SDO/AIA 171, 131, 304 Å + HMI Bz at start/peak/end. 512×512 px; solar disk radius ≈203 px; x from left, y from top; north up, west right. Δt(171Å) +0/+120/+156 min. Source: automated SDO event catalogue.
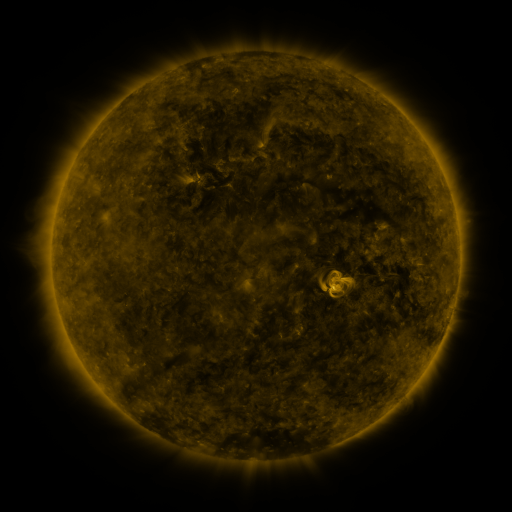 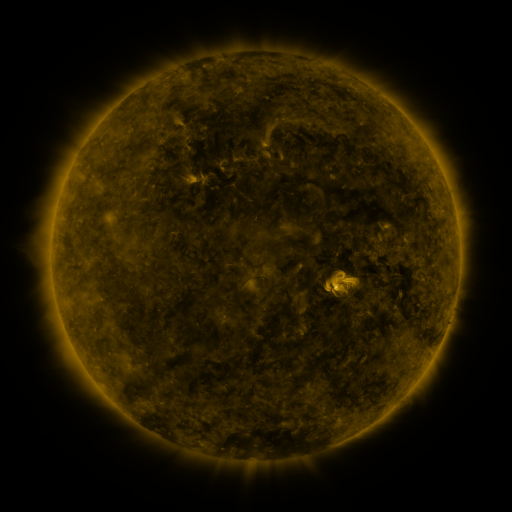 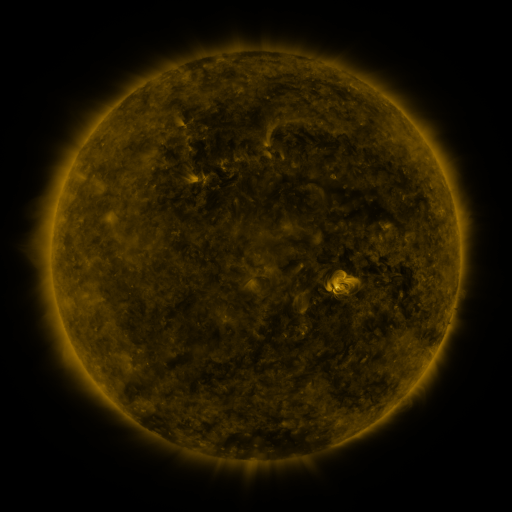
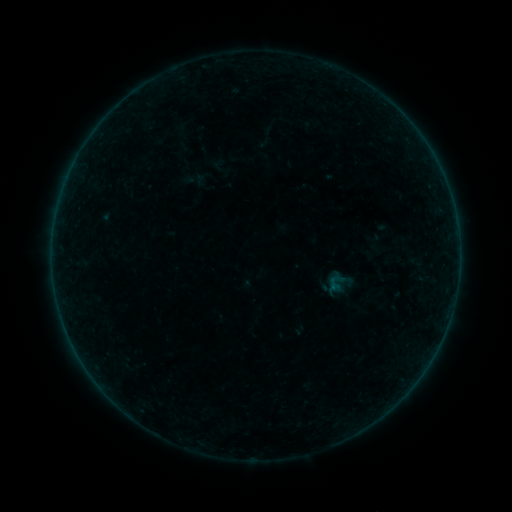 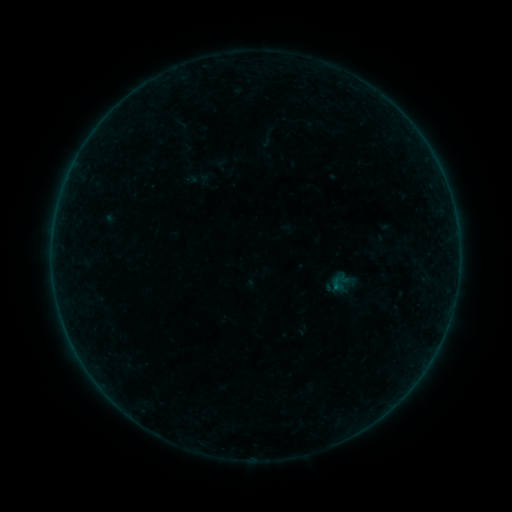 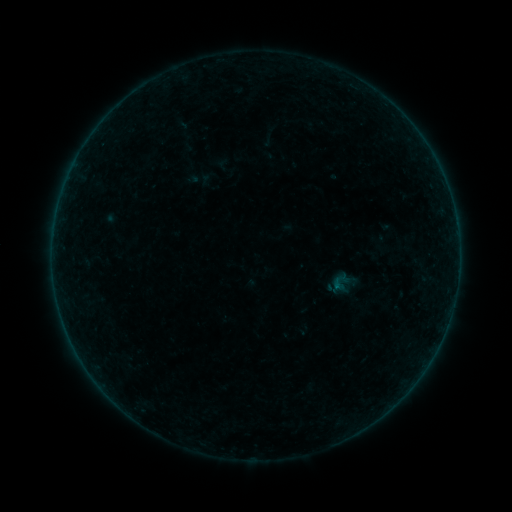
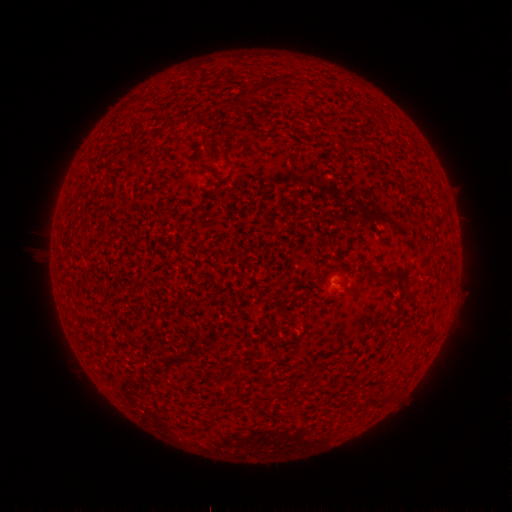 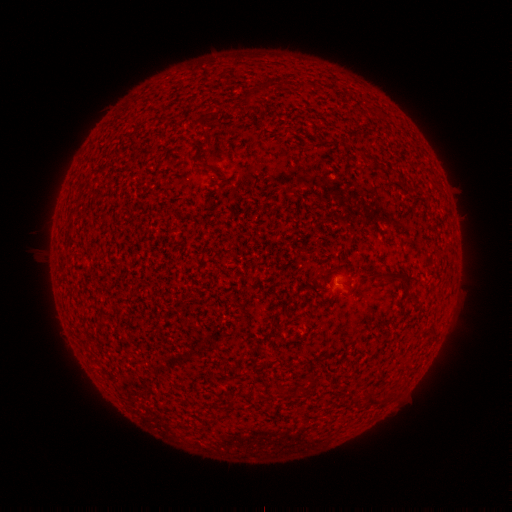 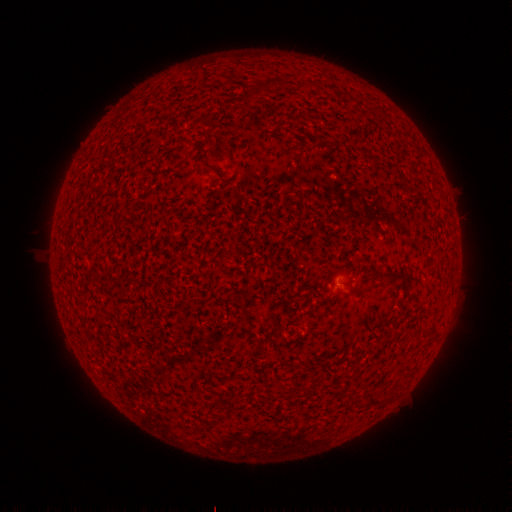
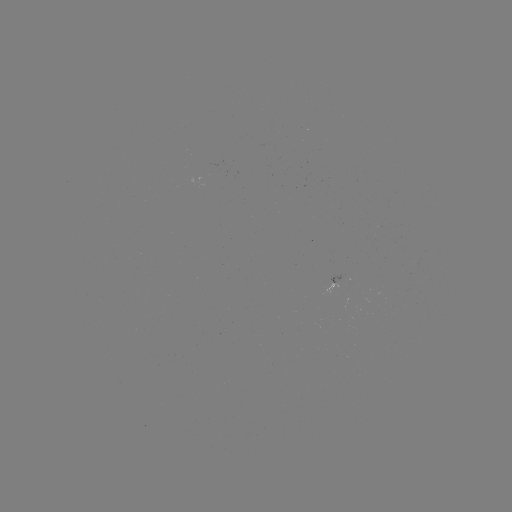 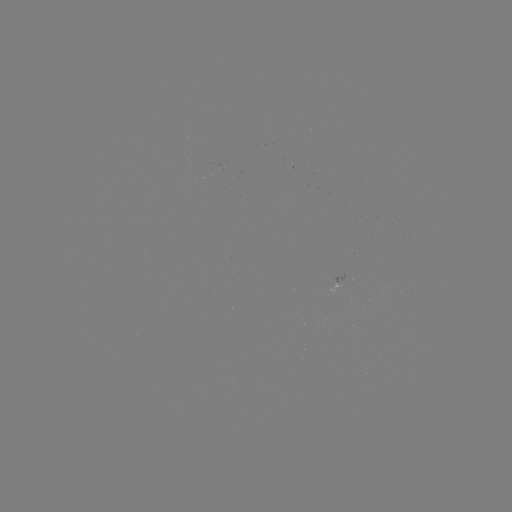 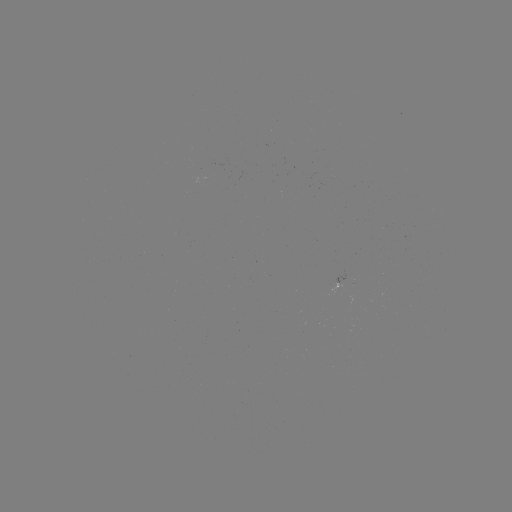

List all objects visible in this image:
emerging-flux region: (331, 287)
